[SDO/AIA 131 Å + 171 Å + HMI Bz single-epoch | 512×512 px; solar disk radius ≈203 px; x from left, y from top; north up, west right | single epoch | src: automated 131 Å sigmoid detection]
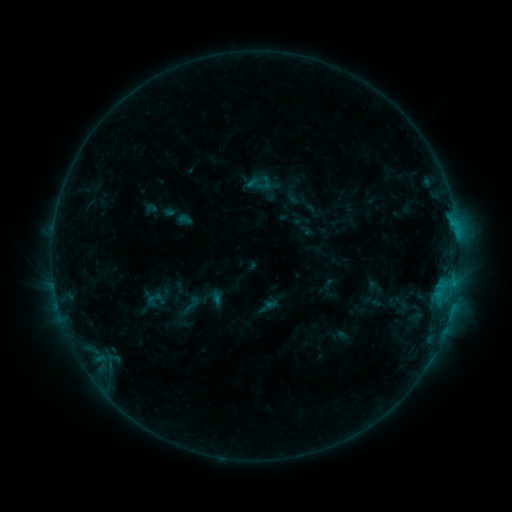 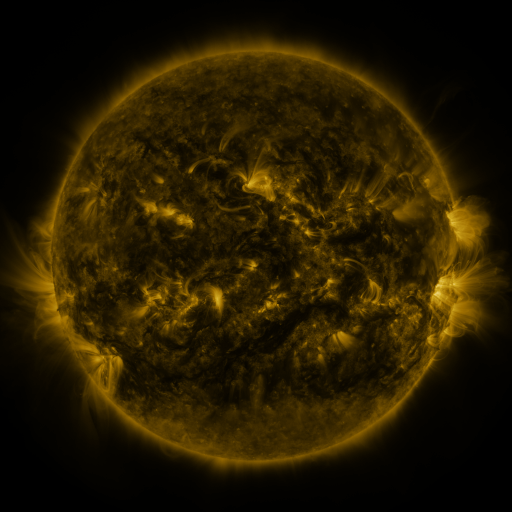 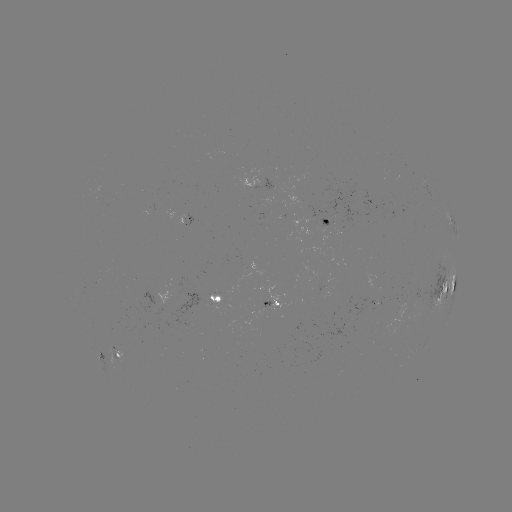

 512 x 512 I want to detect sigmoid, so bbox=[178, 294, 204, 315].